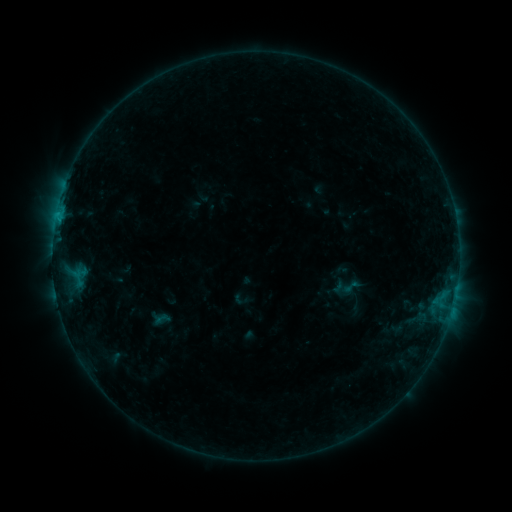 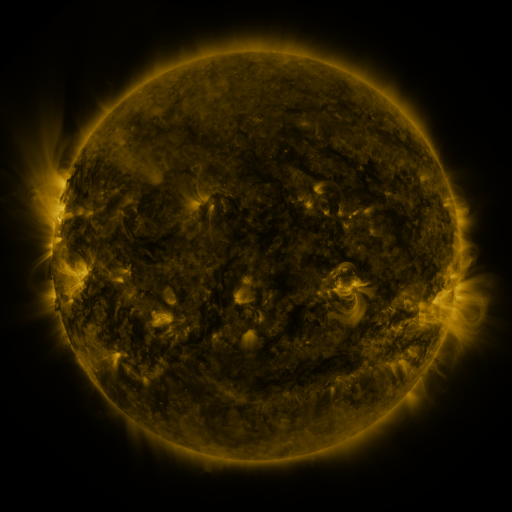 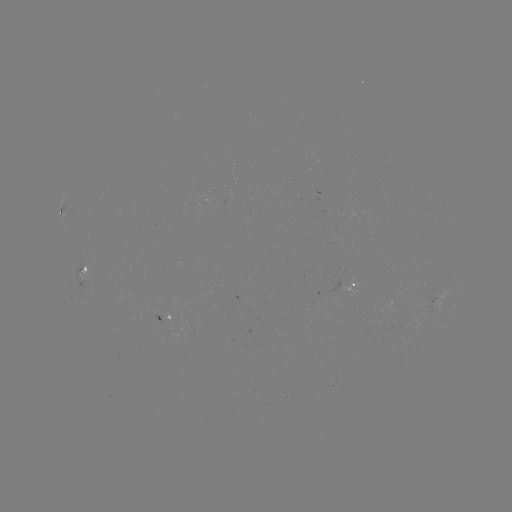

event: sigmoid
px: (351, 287)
